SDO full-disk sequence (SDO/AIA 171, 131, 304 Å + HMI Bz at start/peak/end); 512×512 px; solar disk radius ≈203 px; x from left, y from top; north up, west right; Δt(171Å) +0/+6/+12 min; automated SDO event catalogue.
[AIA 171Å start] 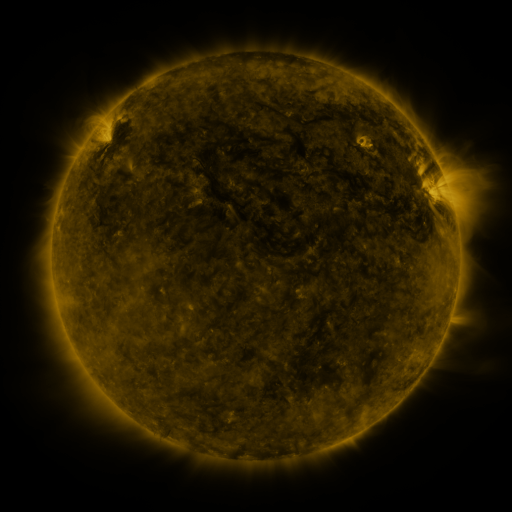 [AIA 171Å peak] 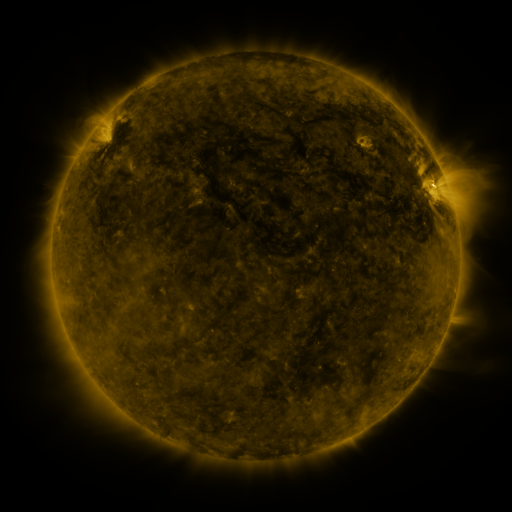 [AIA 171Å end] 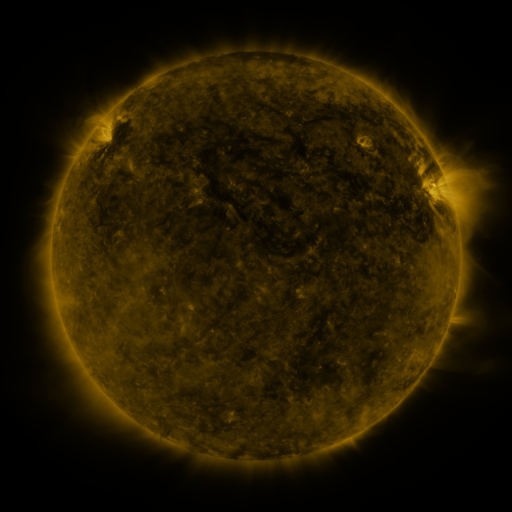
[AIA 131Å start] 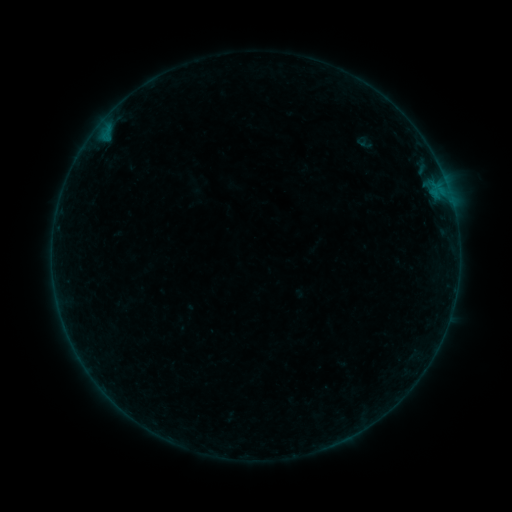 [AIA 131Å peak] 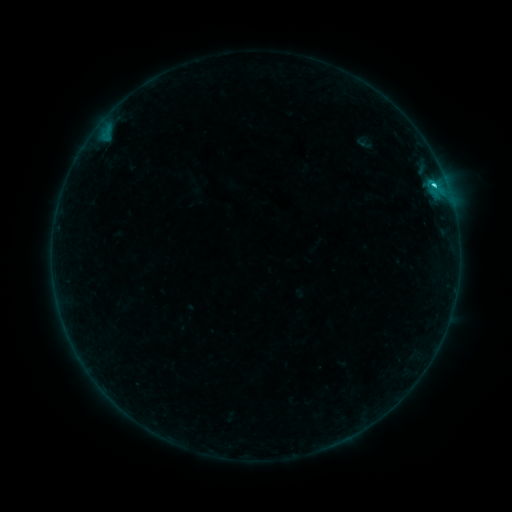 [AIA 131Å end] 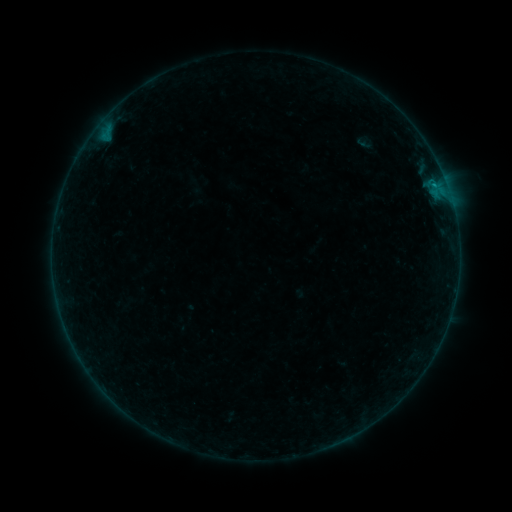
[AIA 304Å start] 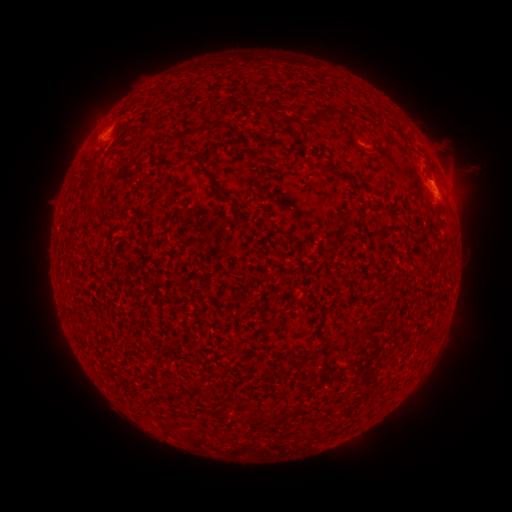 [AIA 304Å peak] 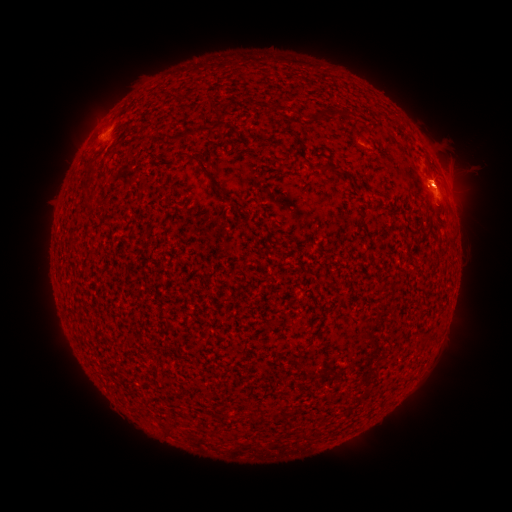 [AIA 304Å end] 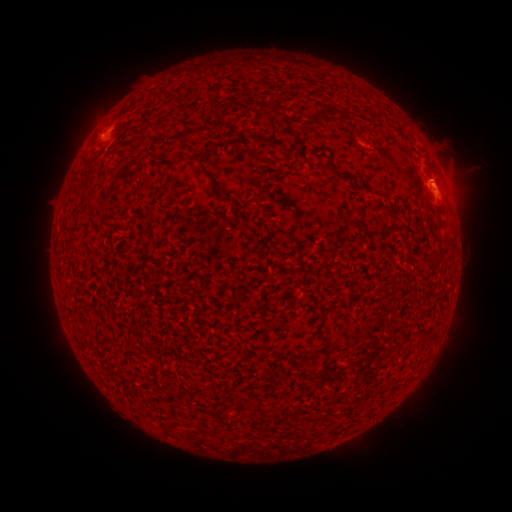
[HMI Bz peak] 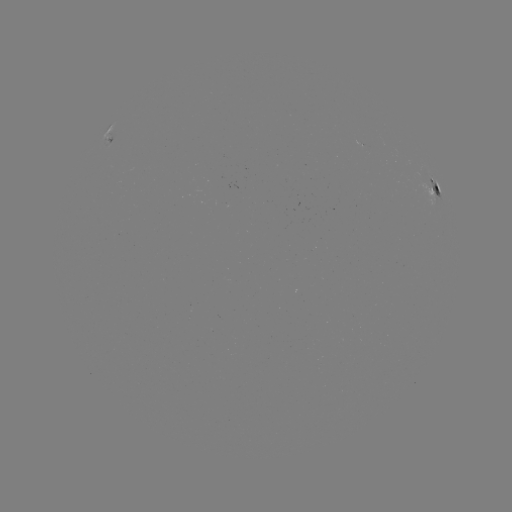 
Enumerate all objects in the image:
C1.8 flare: (434, 188)
